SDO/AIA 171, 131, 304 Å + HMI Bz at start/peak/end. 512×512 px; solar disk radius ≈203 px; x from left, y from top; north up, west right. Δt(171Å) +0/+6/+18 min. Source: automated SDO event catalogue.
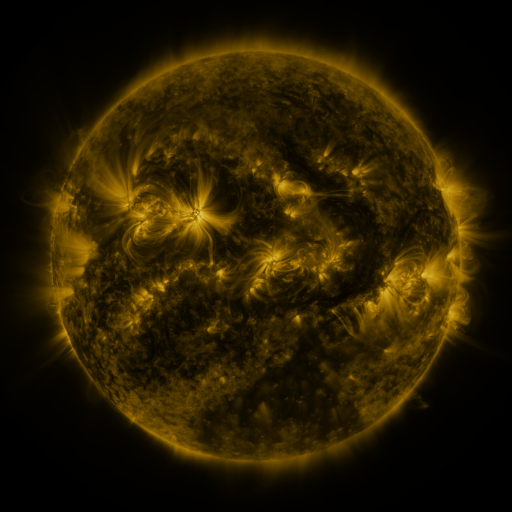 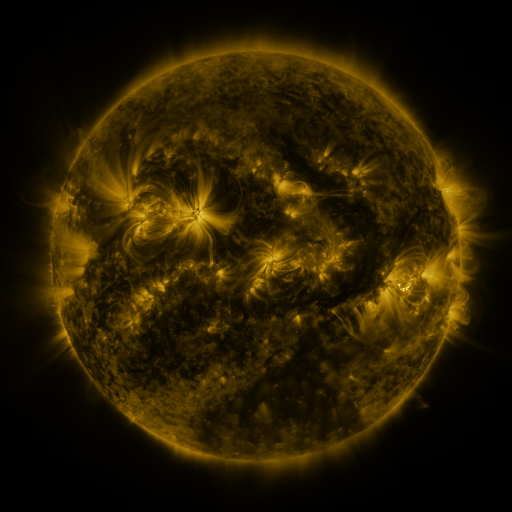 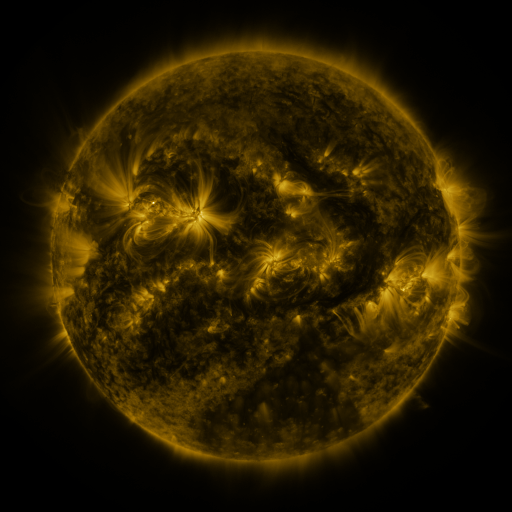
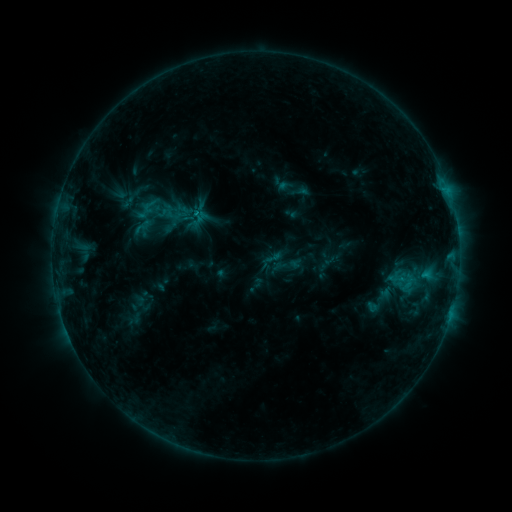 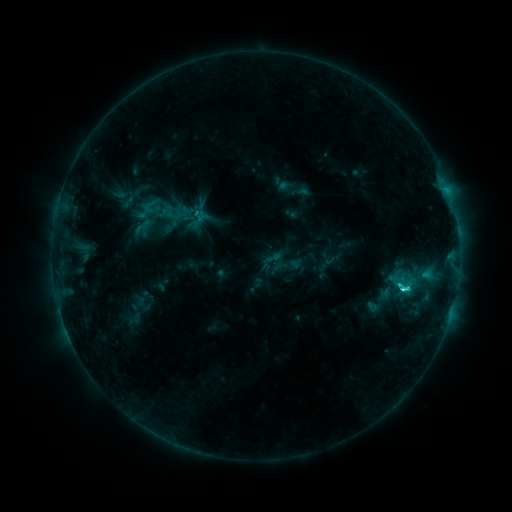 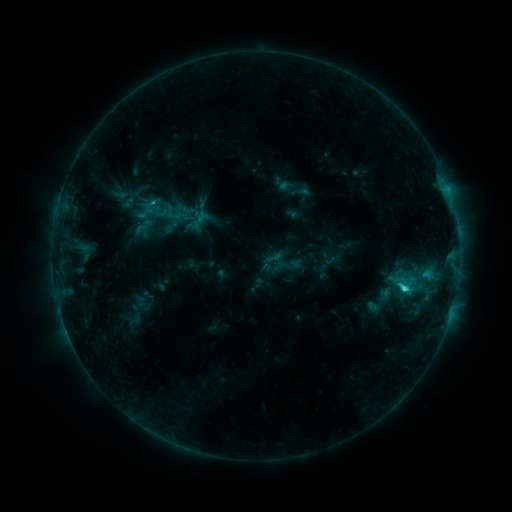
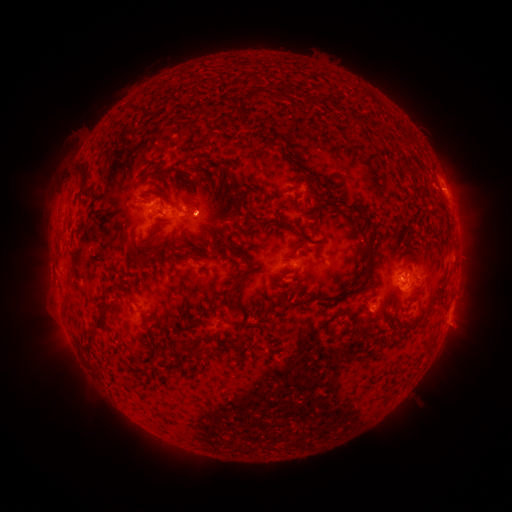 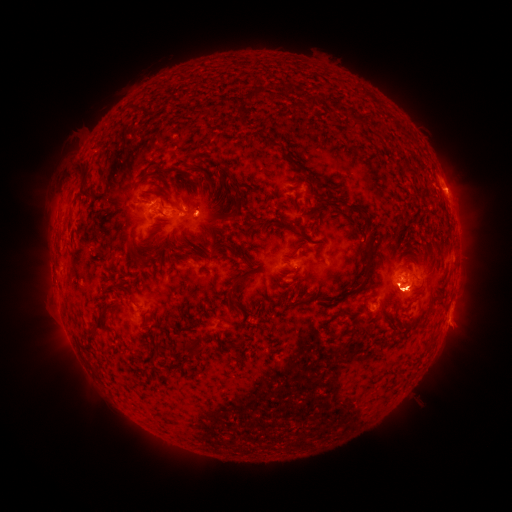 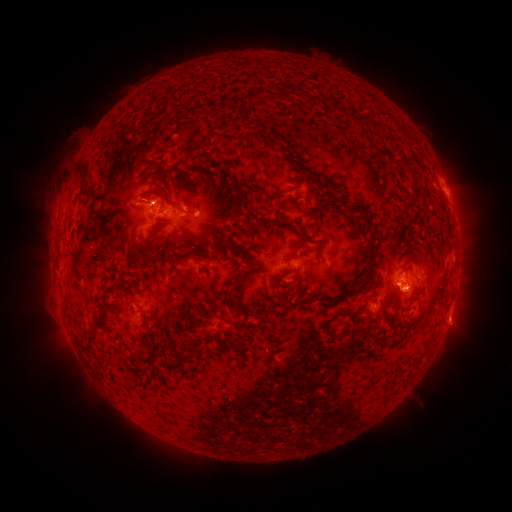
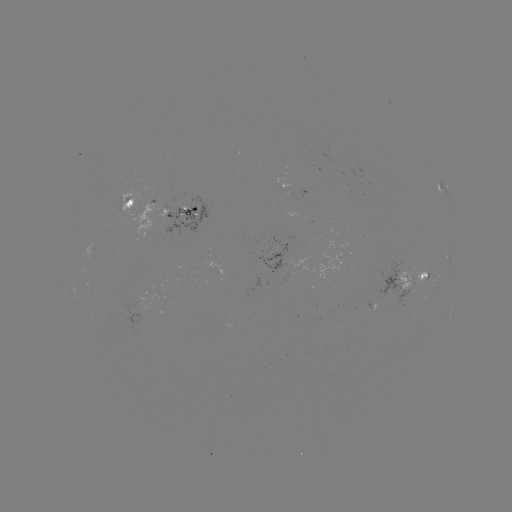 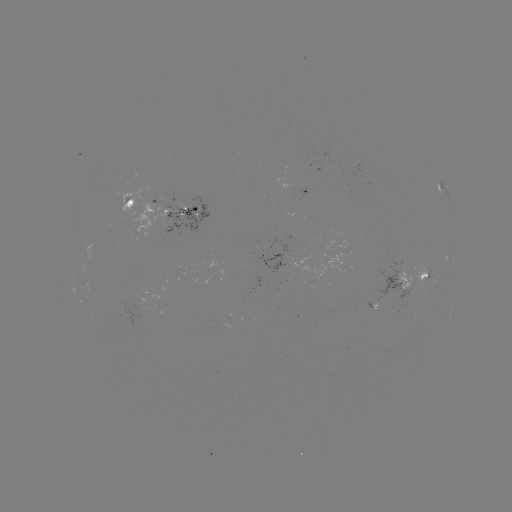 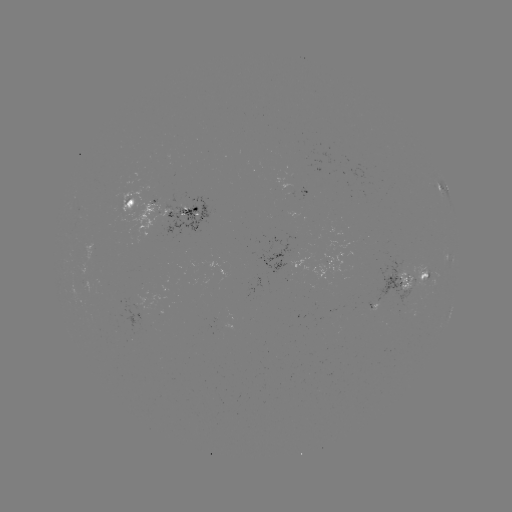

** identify C3.2 flare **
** [403, 287] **